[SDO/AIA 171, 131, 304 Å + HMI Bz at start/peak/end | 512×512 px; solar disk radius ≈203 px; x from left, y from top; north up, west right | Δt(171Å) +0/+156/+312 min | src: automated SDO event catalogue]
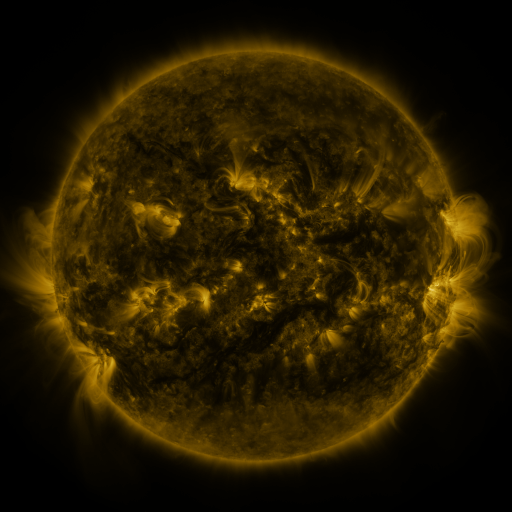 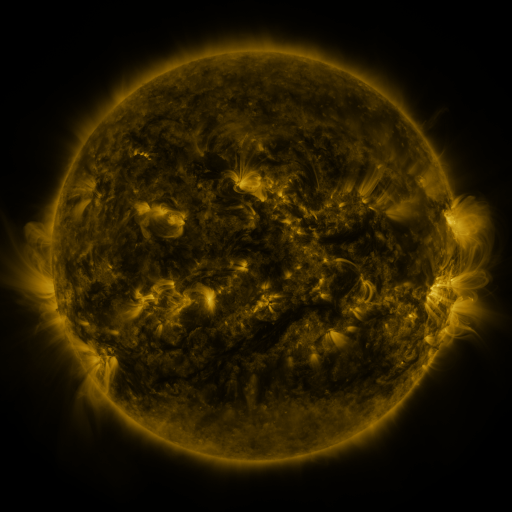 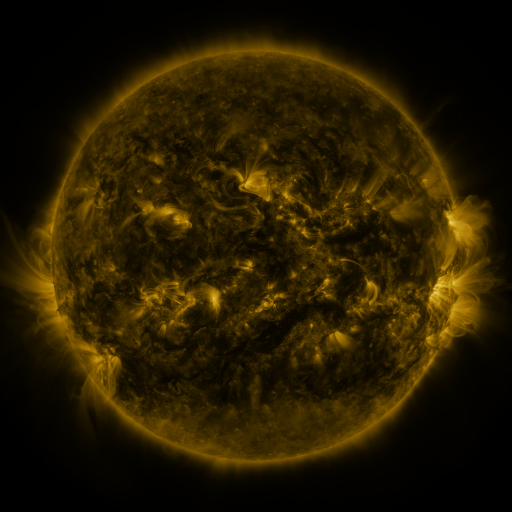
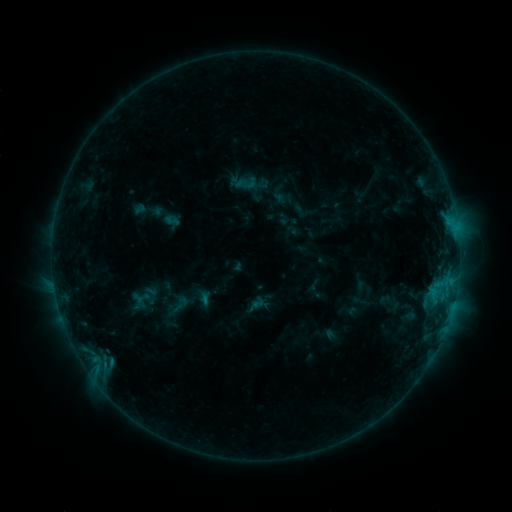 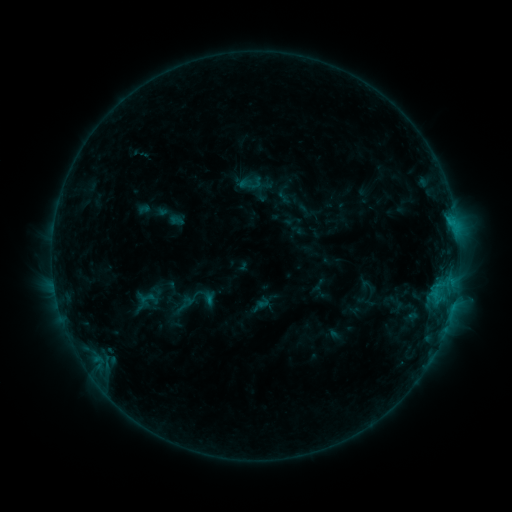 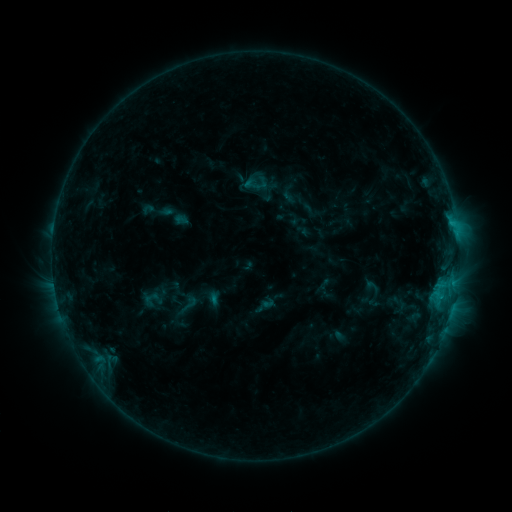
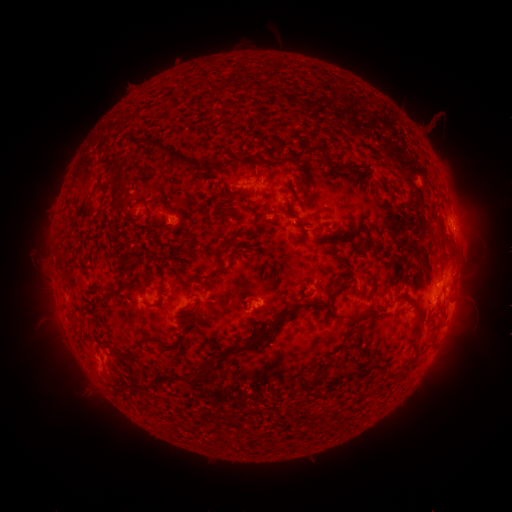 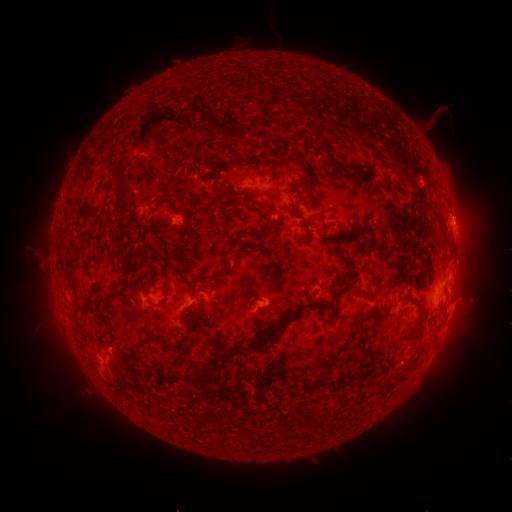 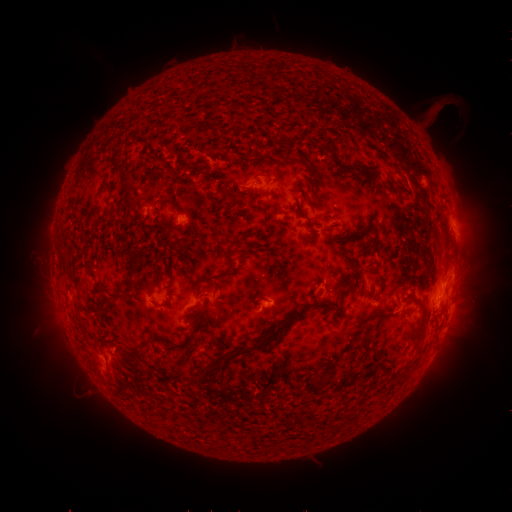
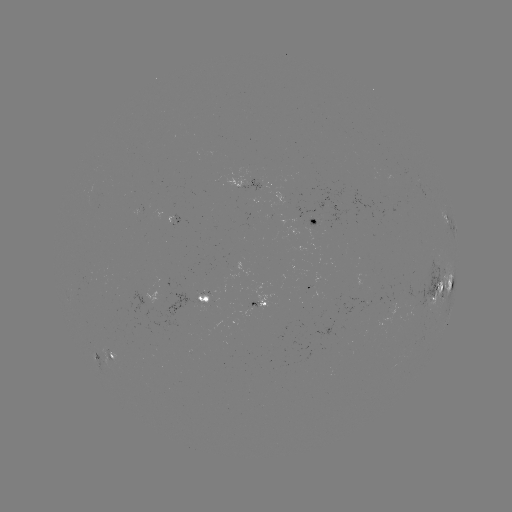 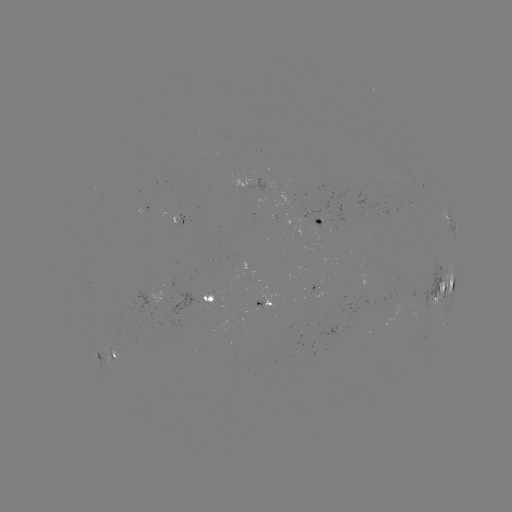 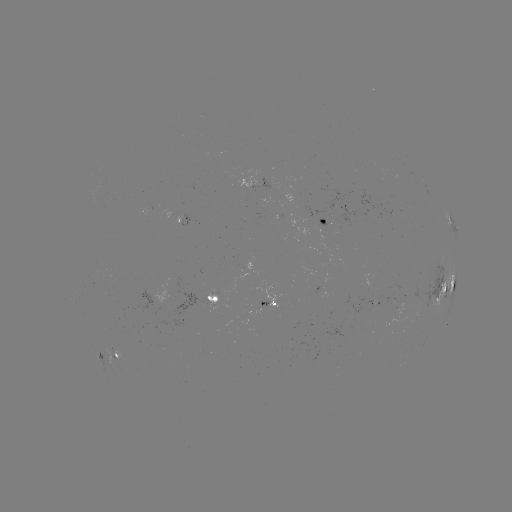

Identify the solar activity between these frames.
filament eruption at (194, 124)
